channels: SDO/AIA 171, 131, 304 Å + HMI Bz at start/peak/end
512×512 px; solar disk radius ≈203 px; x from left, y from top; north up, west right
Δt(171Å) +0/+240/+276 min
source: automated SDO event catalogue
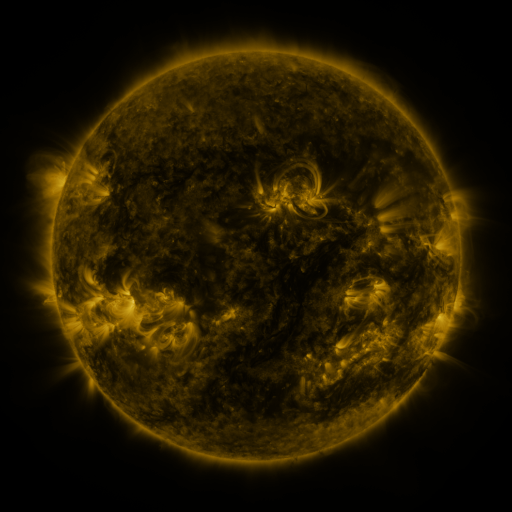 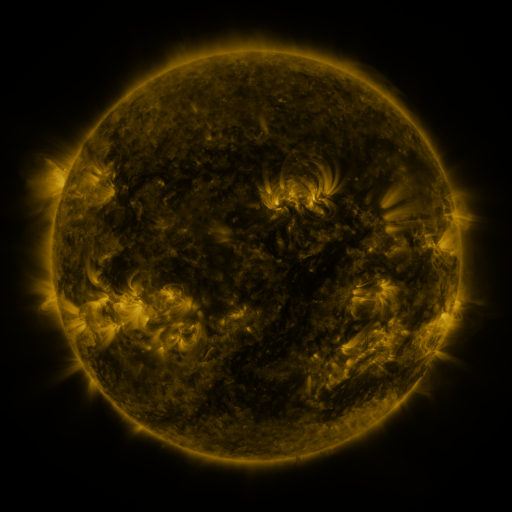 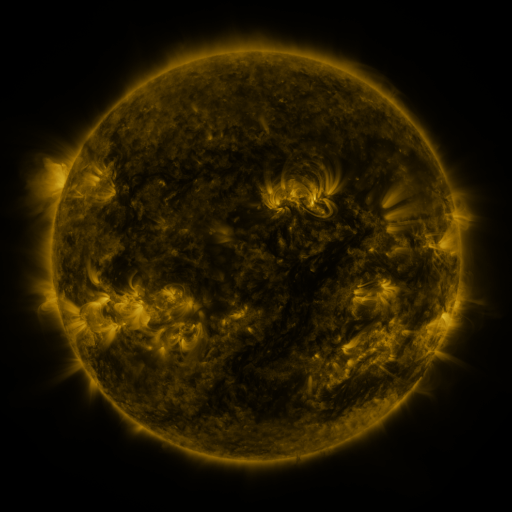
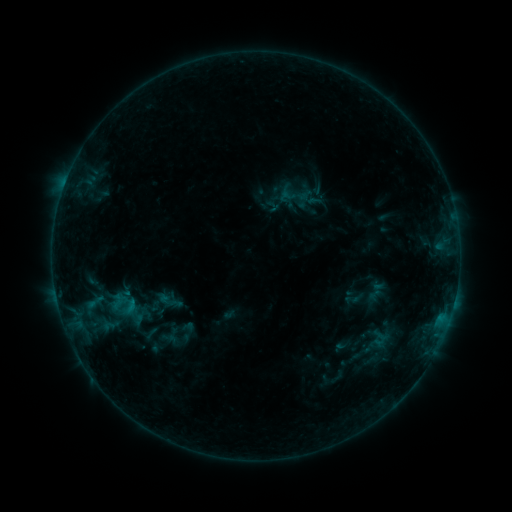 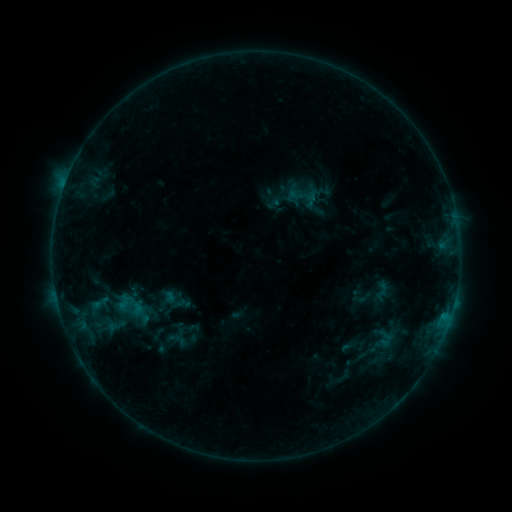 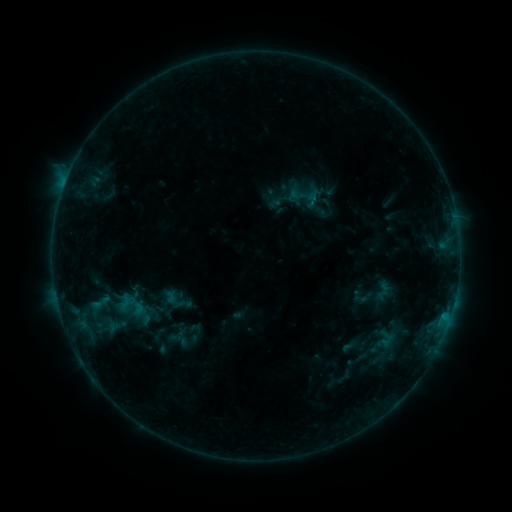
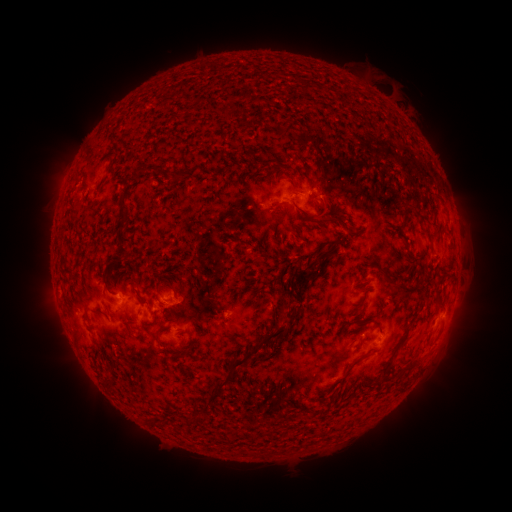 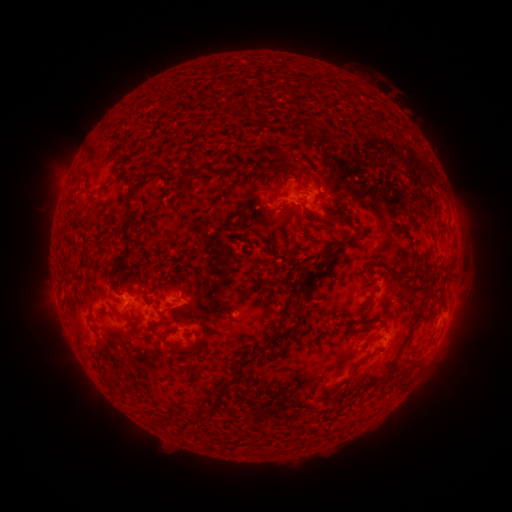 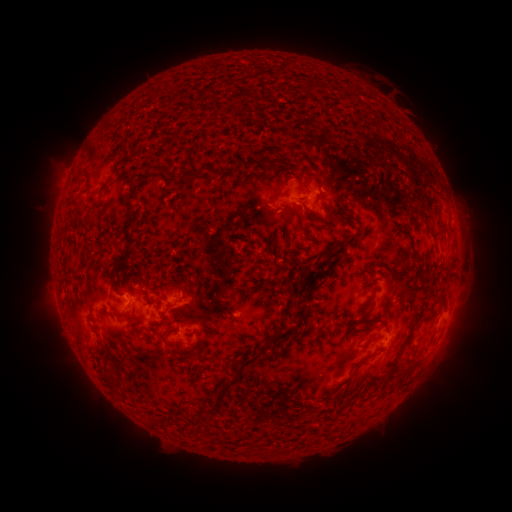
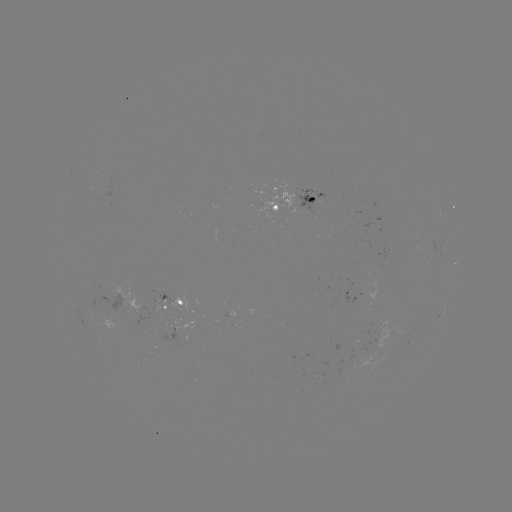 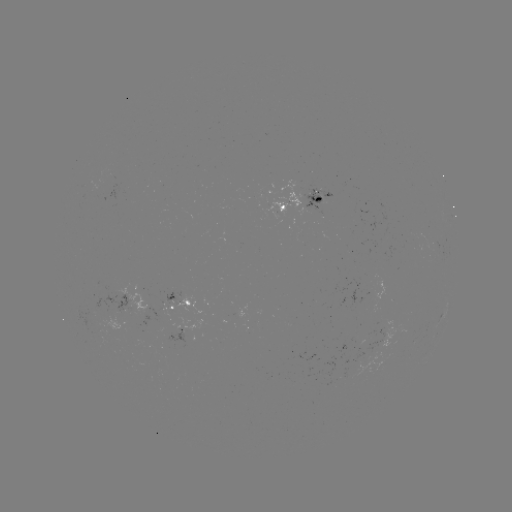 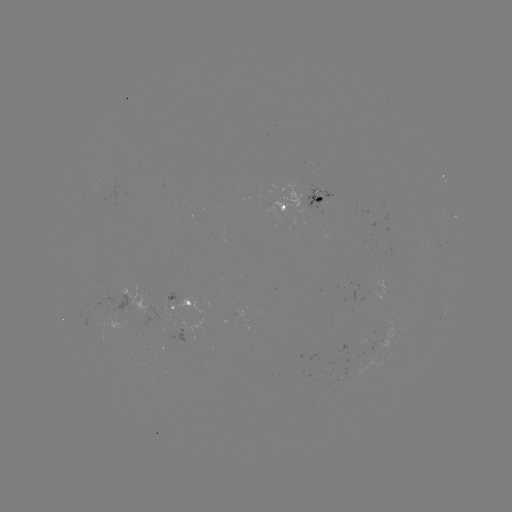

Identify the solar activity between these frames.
emerging-flux region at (96, 190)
